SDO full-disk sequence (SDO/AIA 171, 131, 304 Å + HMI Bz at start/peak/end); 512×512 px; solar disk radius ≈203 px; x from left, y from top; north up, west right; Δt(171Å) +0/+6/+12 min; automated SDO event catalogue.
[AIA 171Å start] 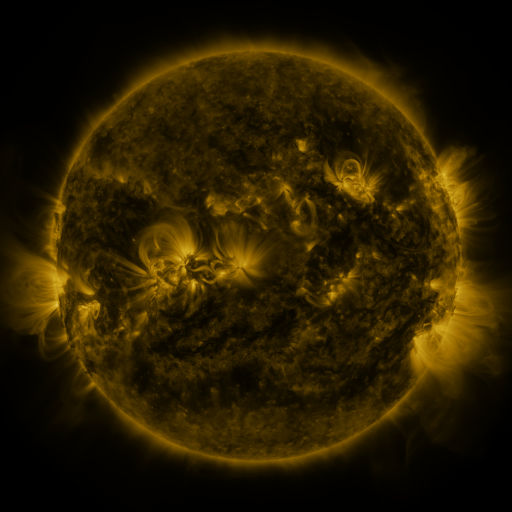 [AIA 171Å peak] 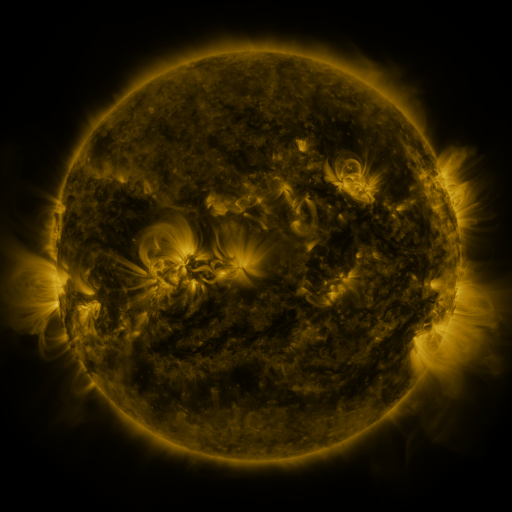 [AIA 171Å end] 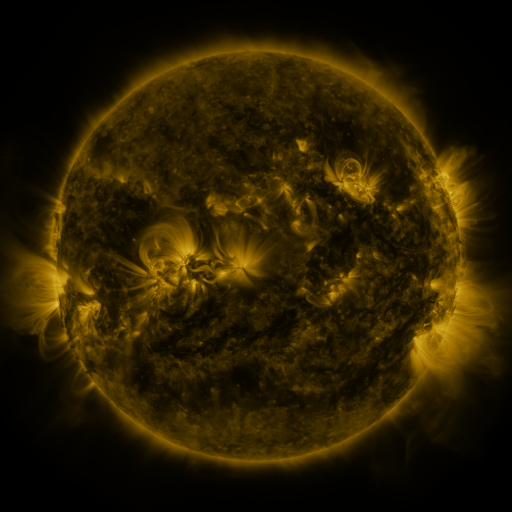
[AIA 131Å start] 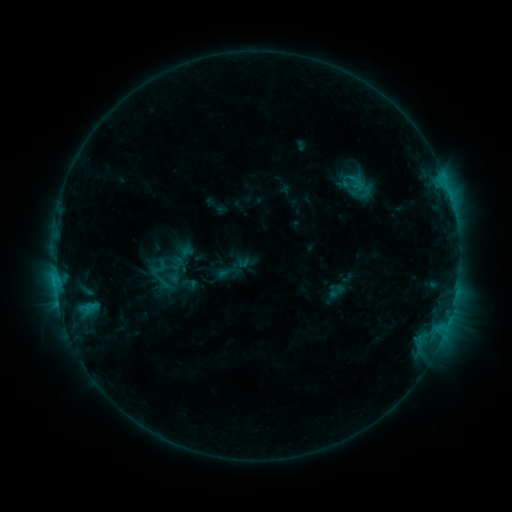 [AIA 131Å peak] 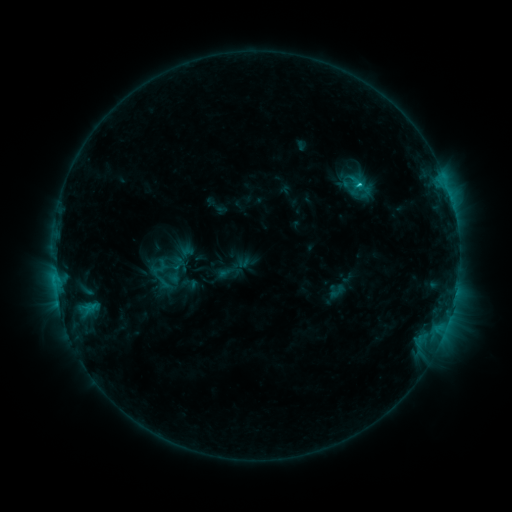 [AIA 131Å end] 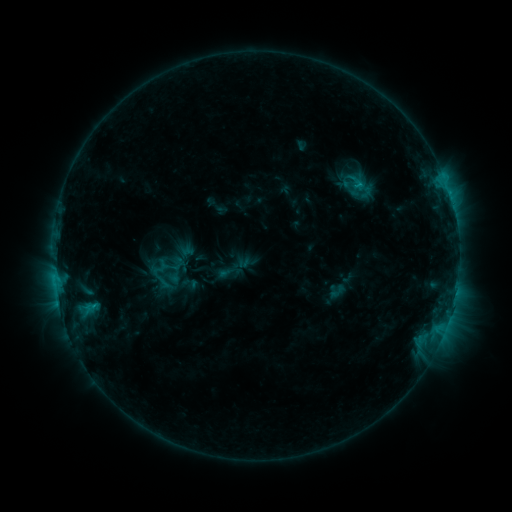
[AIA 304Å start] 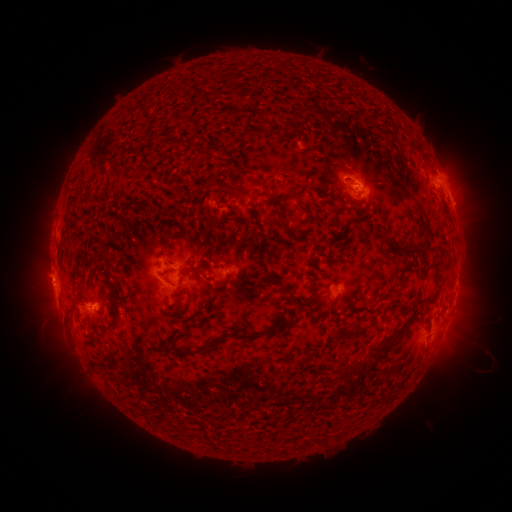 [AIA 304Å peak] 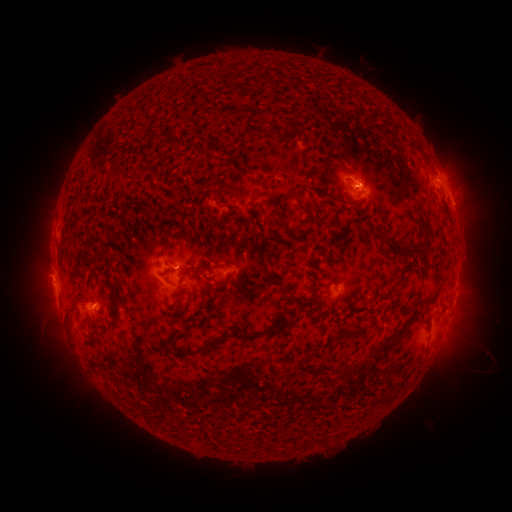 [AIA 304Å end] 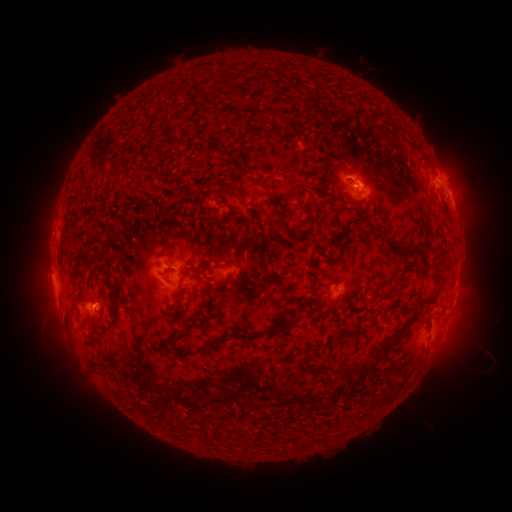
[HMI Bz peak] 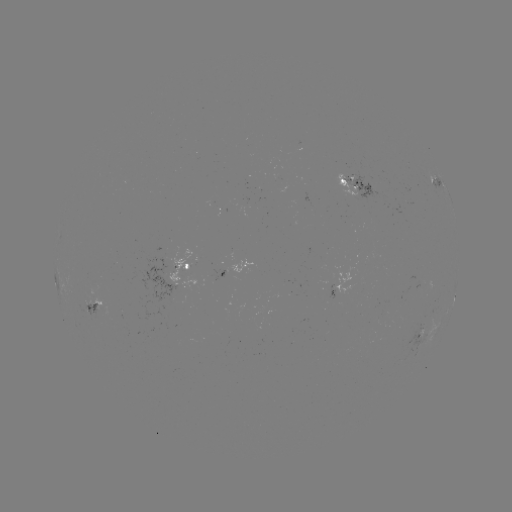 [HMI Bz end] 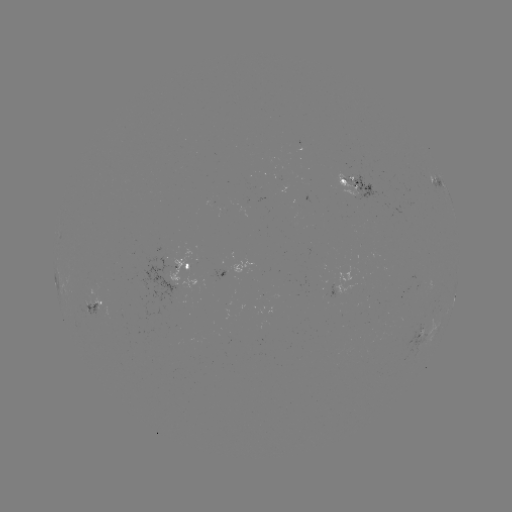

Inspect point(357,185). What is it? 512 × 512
C1.3 flare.